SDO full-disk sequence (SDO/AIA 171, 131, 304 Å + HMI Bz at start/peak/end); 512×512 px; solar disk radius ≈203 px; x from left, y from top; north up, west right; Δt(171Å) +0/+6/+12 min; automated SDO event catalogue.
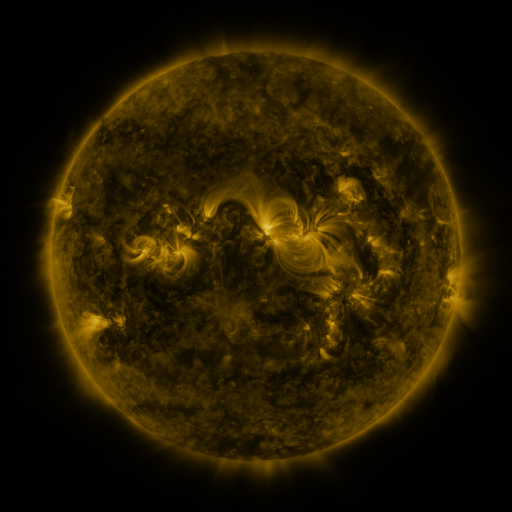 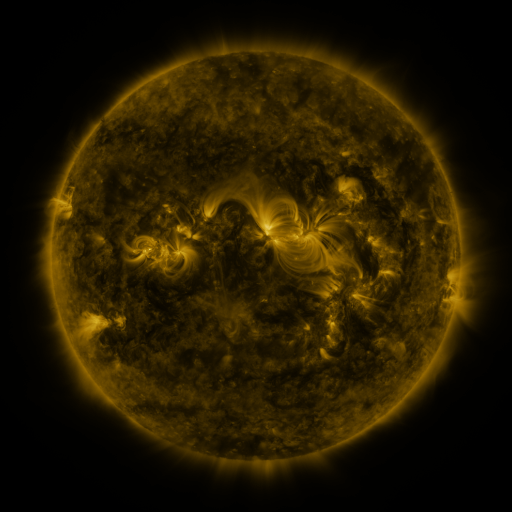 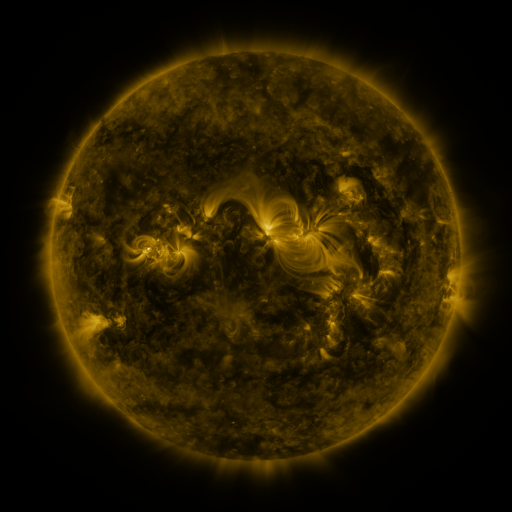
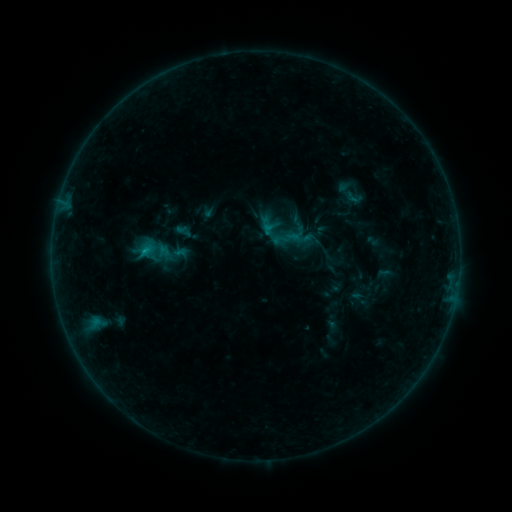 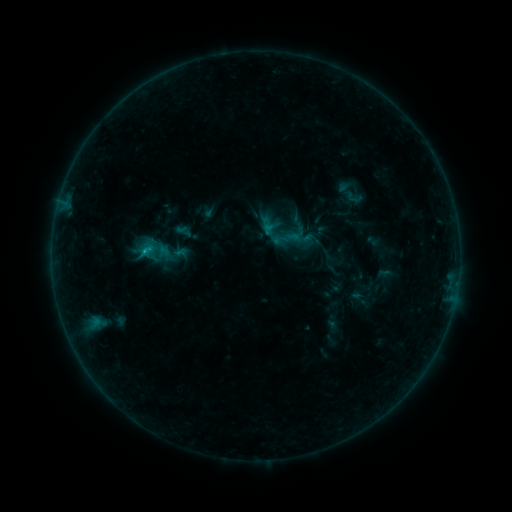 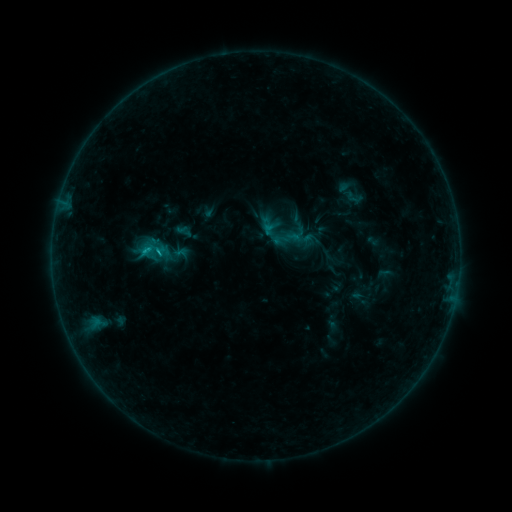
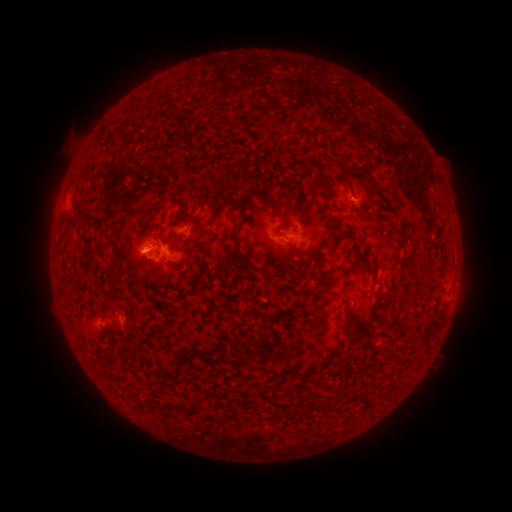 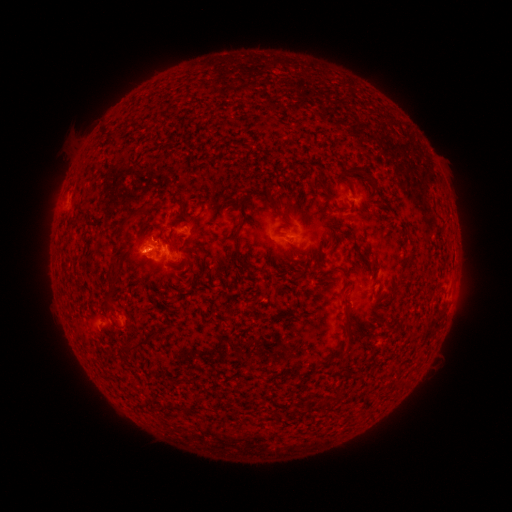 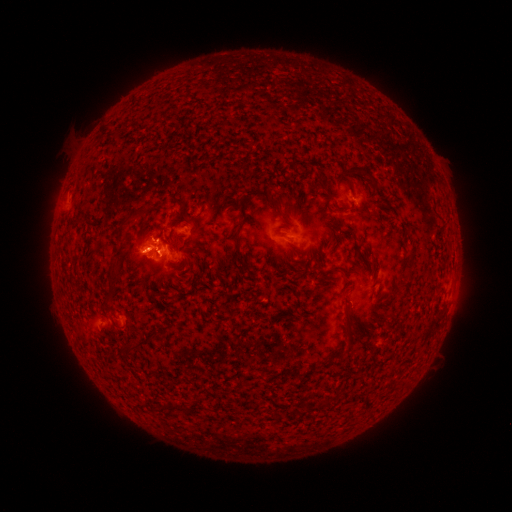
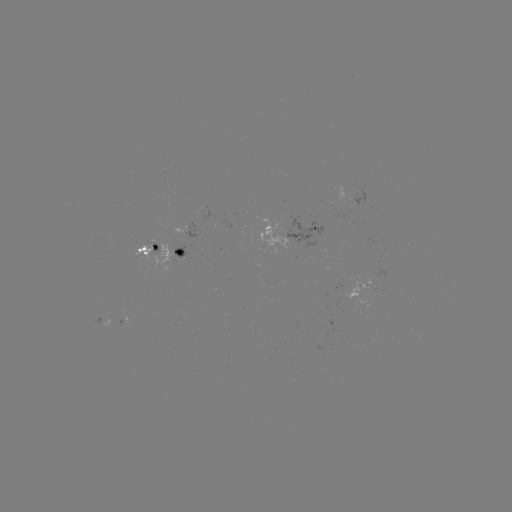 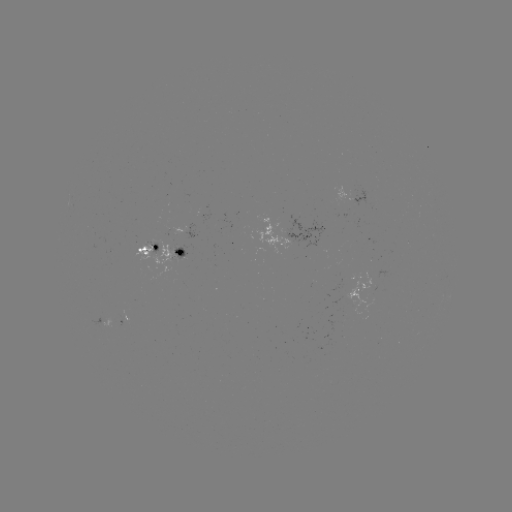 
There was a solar flare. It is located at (160, 252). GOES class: B7.1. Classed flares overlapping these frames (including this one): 1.